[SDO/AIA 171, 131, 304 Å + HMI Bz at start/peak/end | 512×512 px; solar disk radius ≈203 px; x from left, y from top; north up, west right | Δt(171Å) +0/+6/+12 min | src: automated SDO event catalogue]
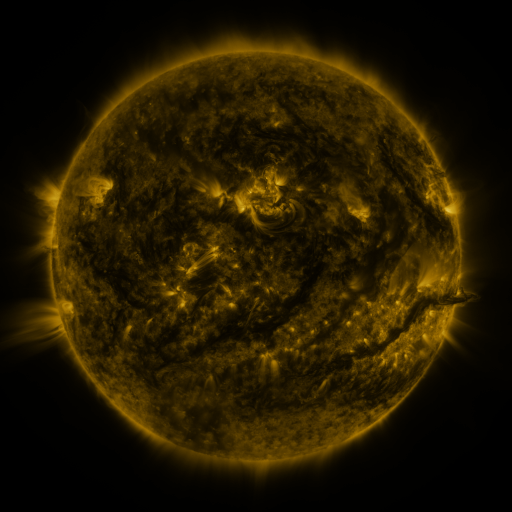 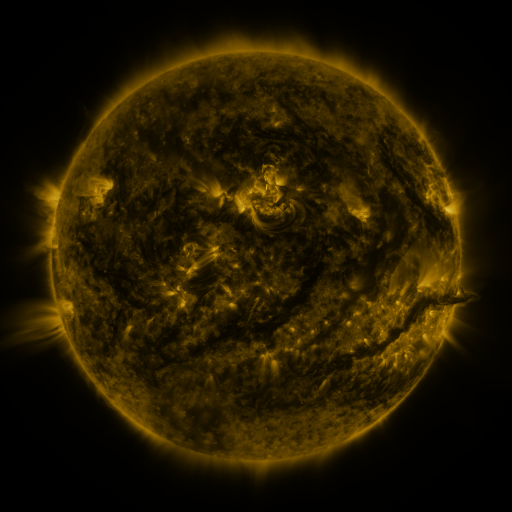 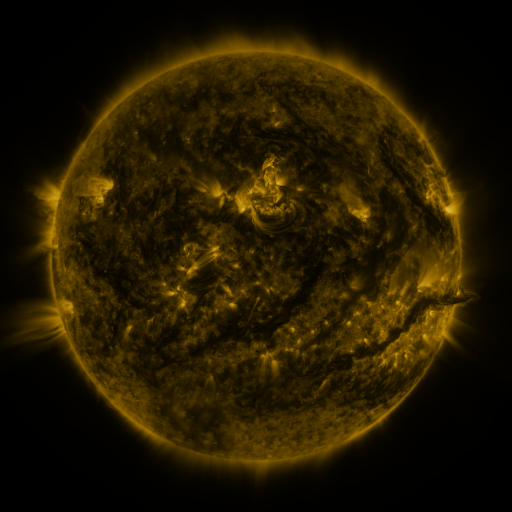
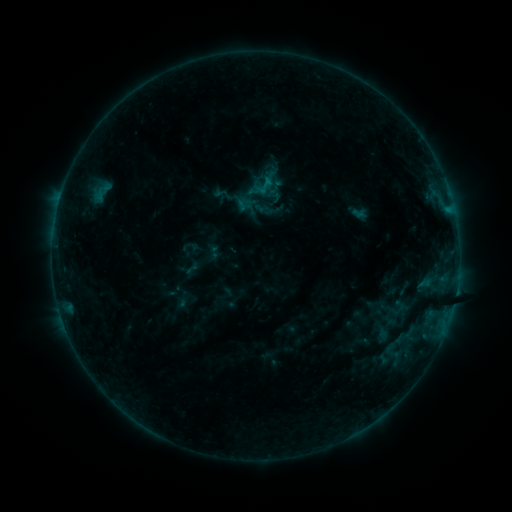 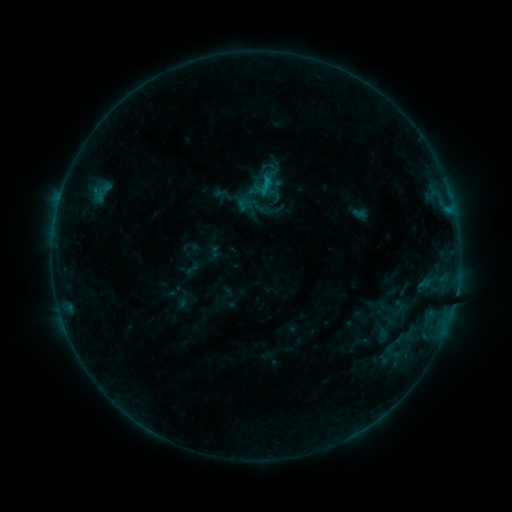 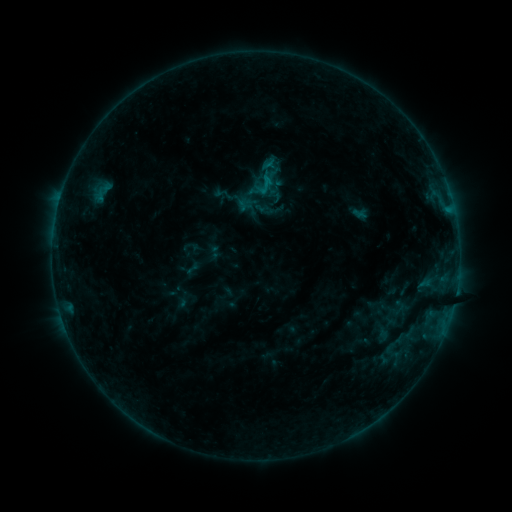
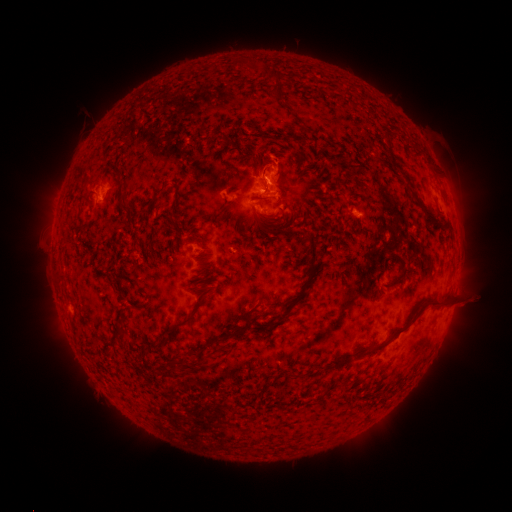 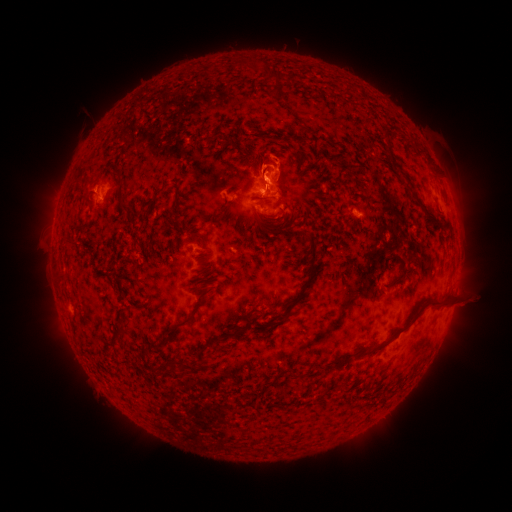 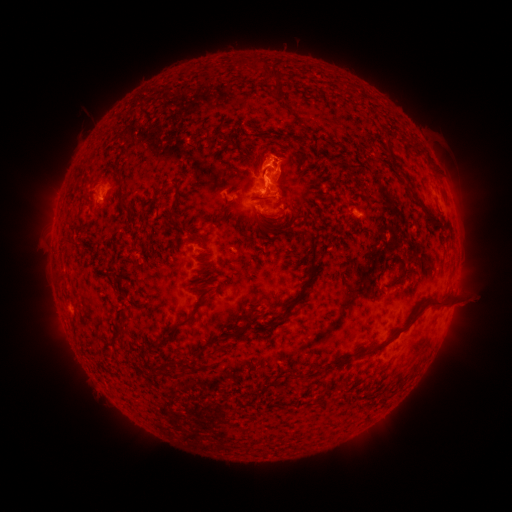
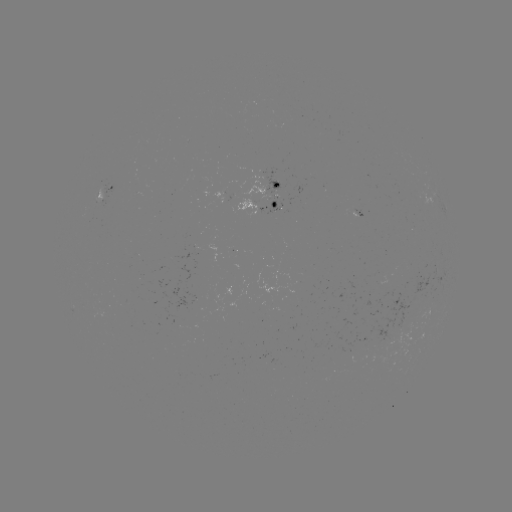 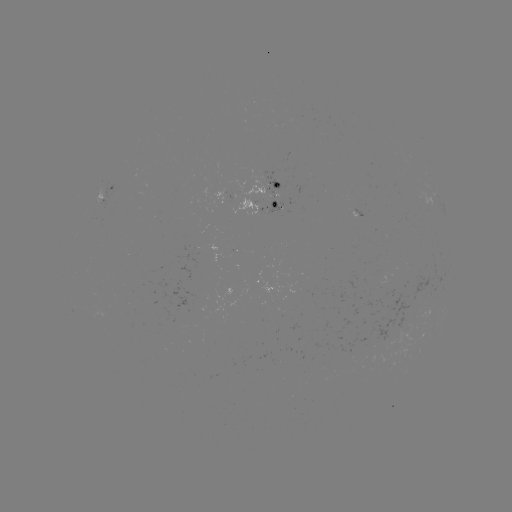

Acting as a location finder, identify B7.1 flare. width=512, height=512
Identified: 266,180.